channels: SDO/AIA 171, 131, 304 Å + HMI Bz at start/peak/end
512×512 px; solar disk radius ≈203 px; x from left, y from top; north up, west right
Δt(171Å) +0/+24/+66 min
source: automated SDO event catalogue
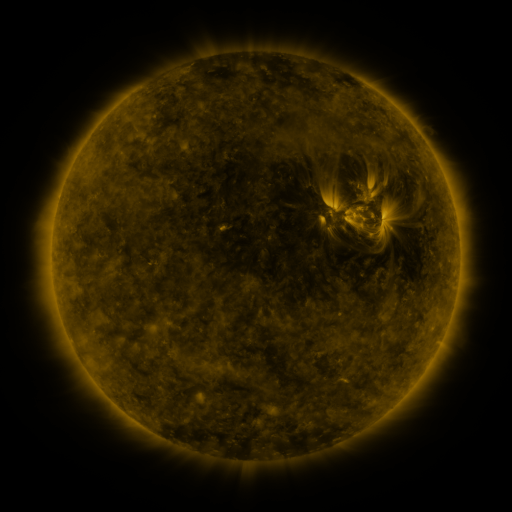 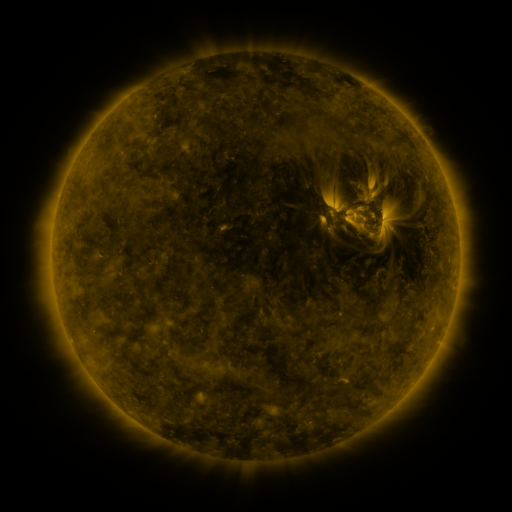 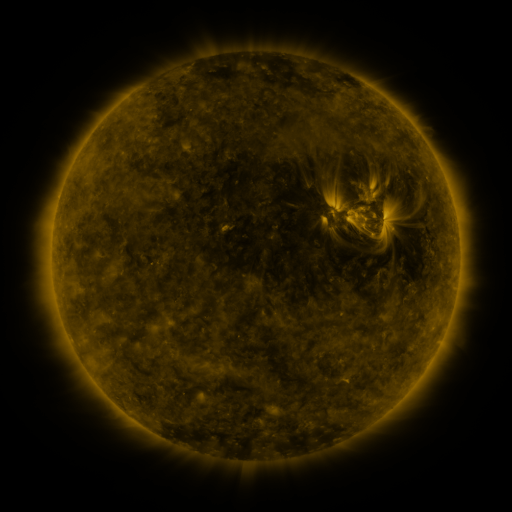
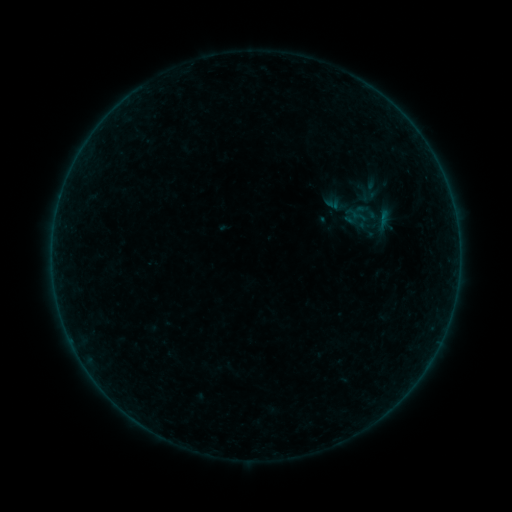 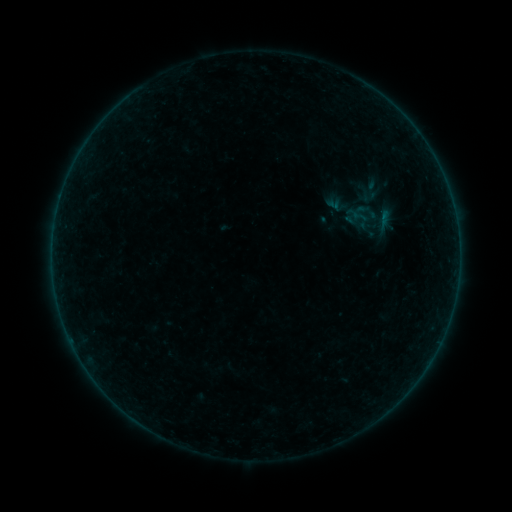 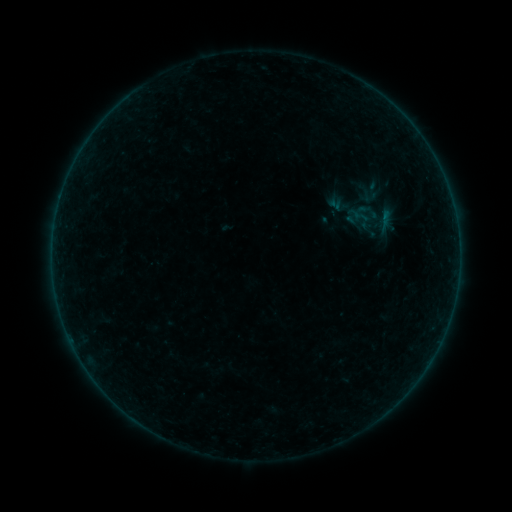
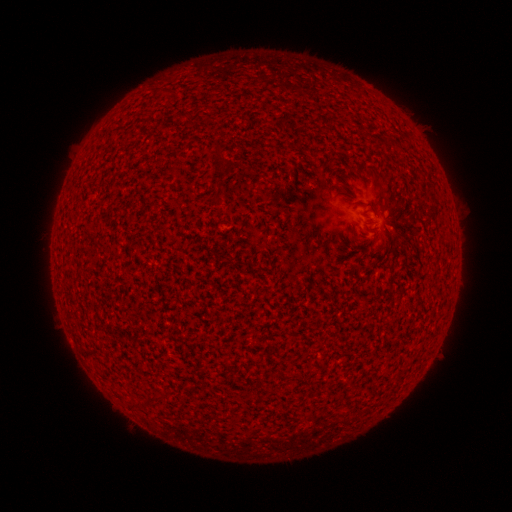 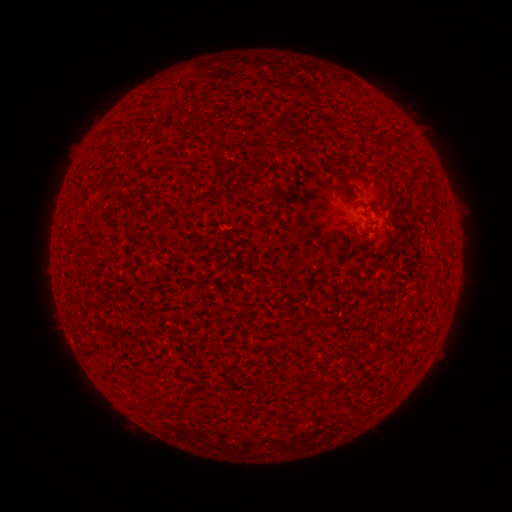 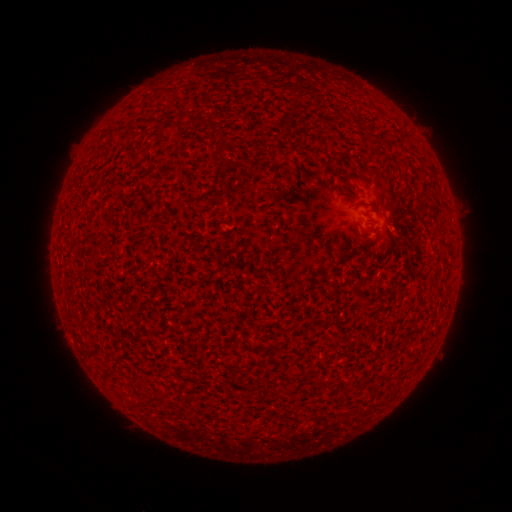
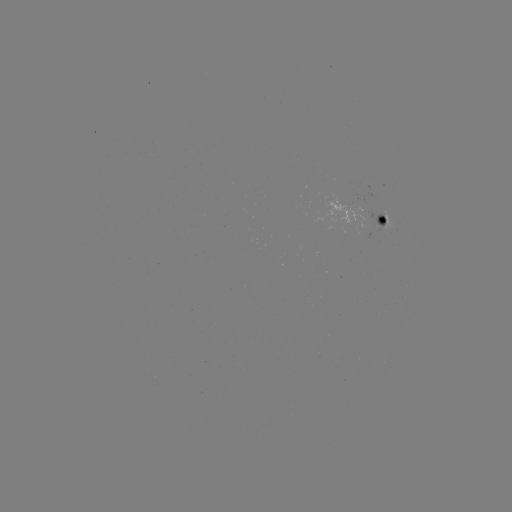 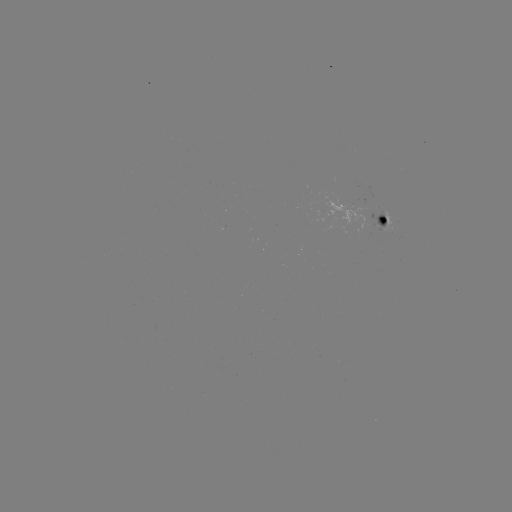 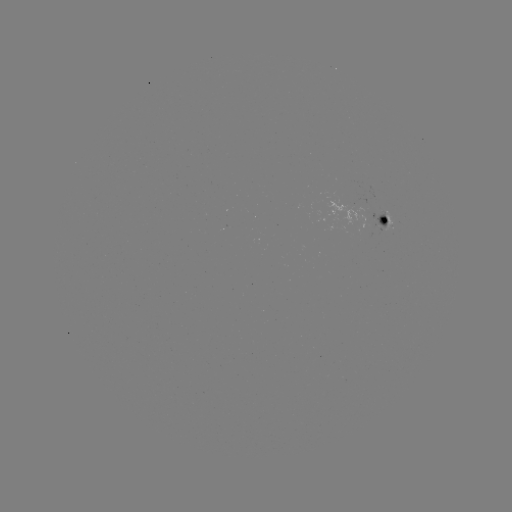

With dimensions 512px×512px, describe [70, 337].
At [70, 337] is A1.6 flare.